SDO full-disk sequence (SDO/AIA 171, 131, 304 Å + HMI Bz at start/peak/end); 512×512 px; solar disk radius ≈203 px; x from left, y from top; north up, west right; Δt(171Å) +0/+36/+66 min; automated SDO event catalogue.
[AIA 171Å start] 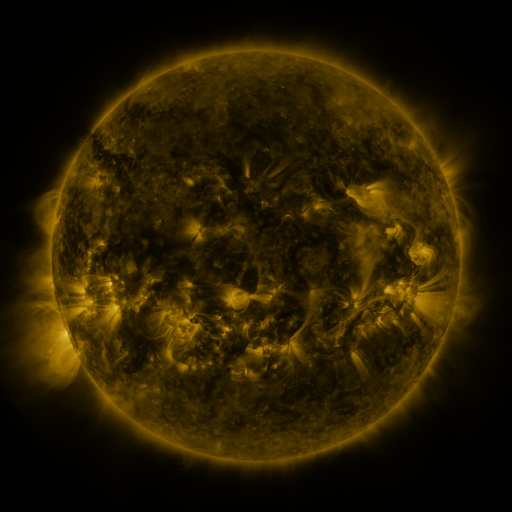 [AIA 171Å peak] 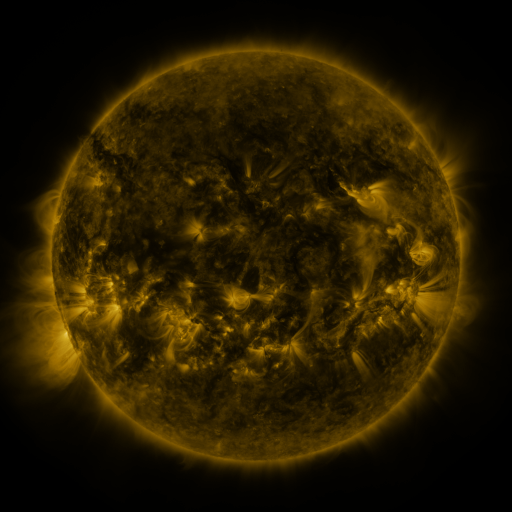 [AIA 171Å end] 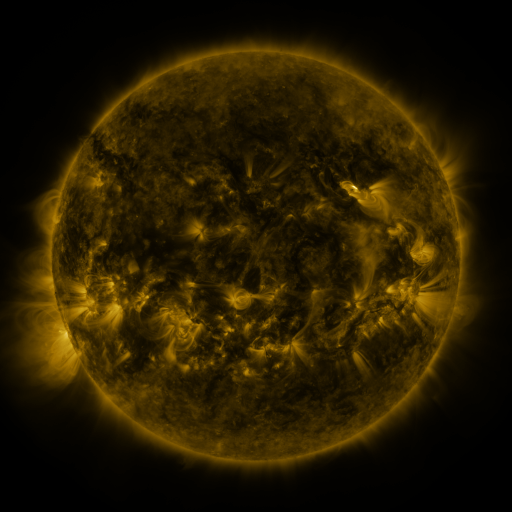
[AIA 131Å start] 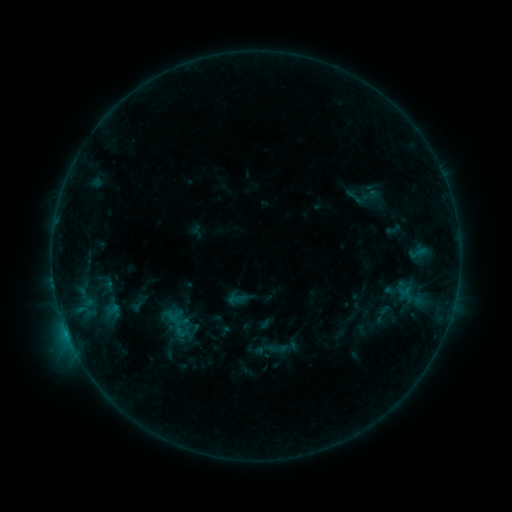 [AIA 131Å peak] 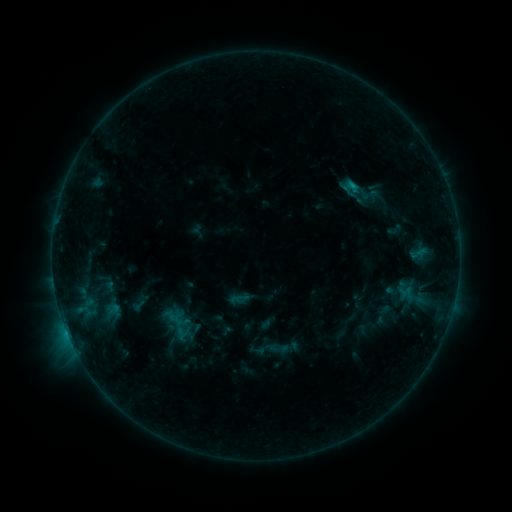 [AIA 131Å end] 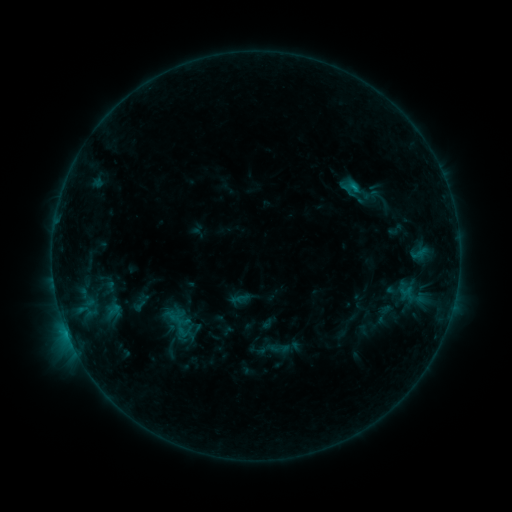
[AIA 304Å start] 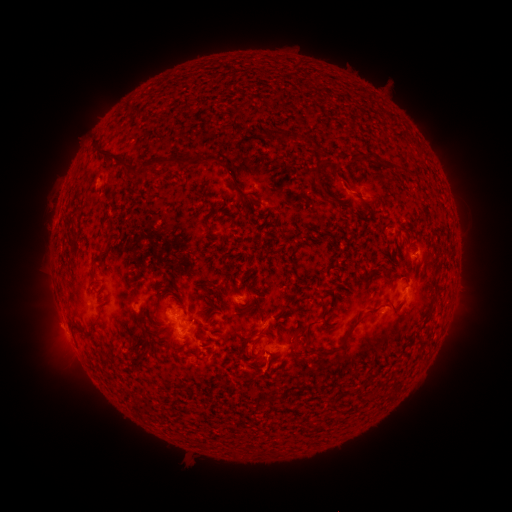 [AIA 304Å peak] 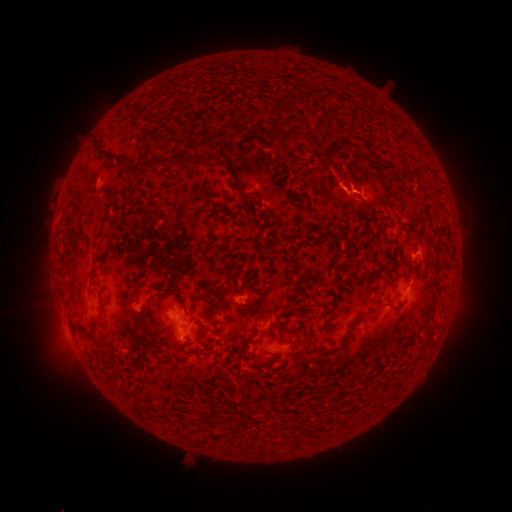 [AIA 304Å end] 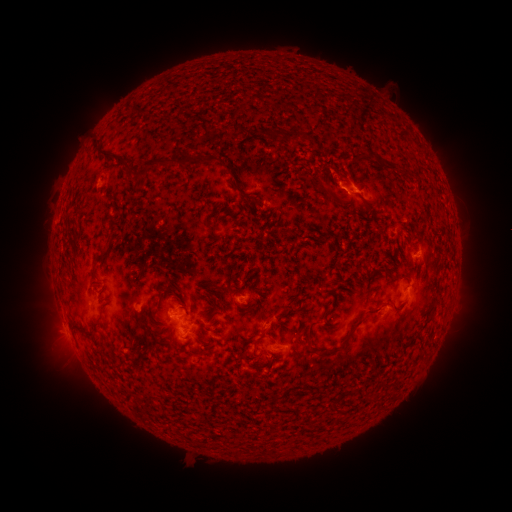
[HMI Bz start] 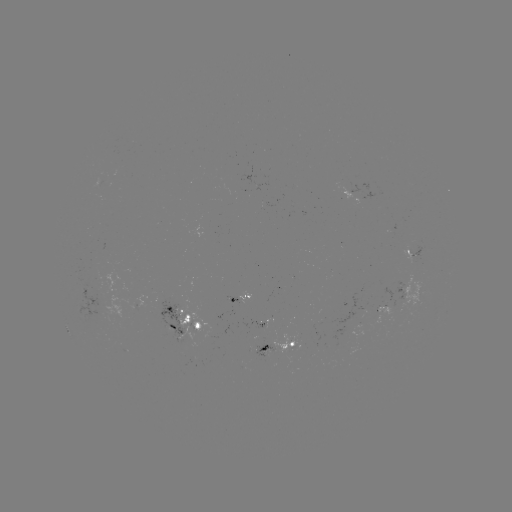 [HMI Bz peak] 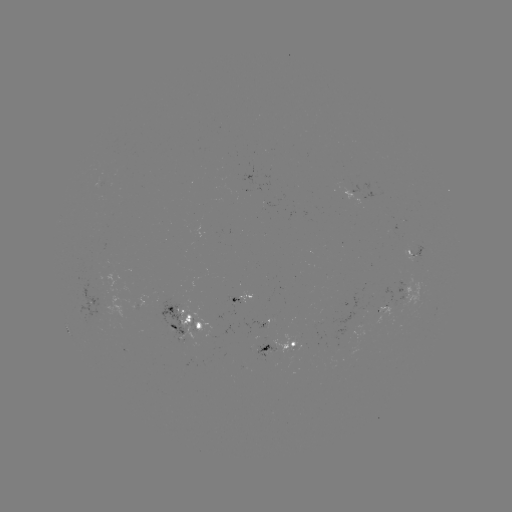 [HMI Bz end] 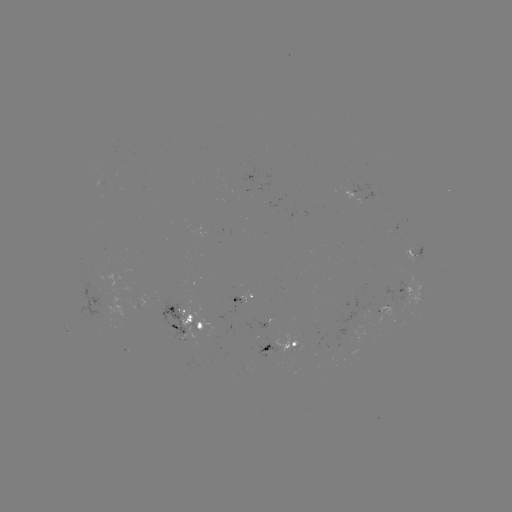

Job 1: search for B8.7 flare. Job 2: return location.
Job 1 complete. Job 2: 351,188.